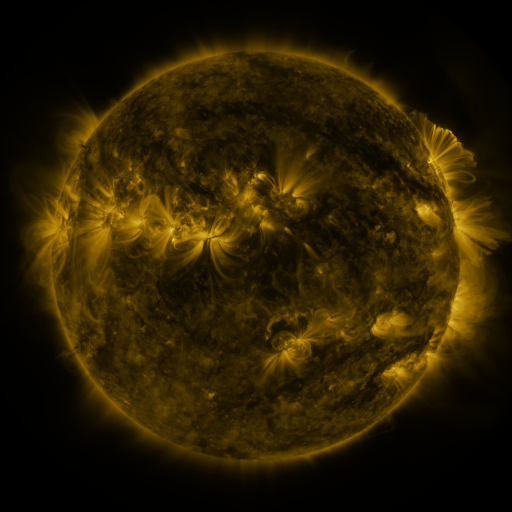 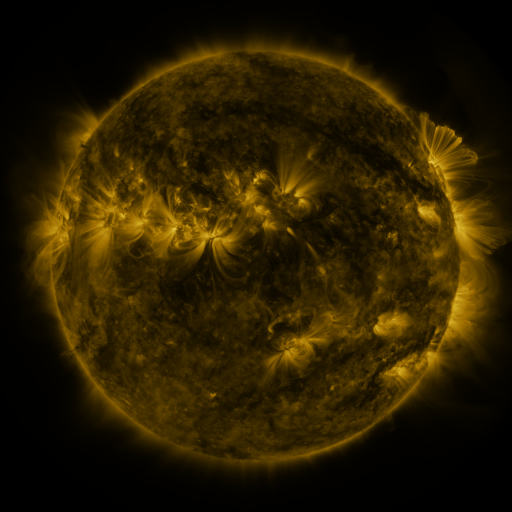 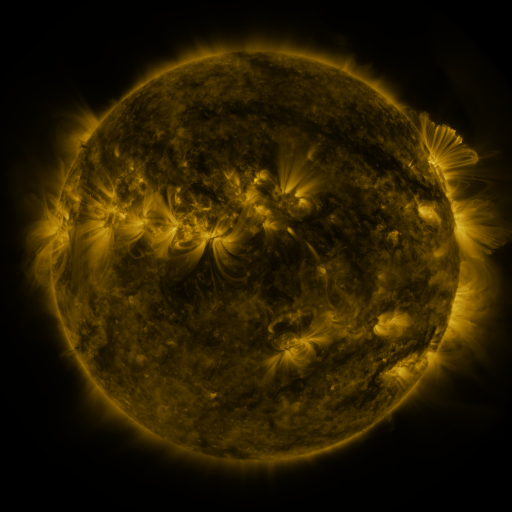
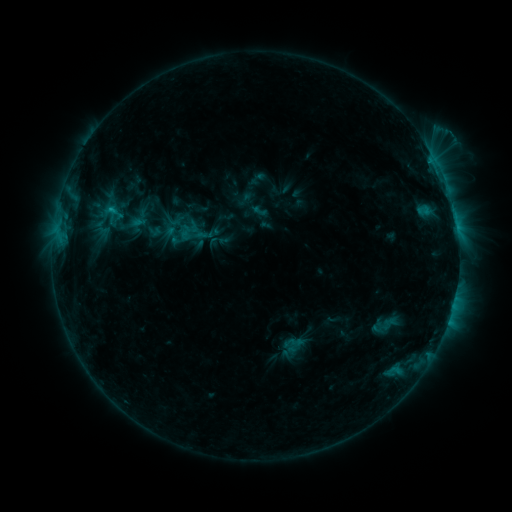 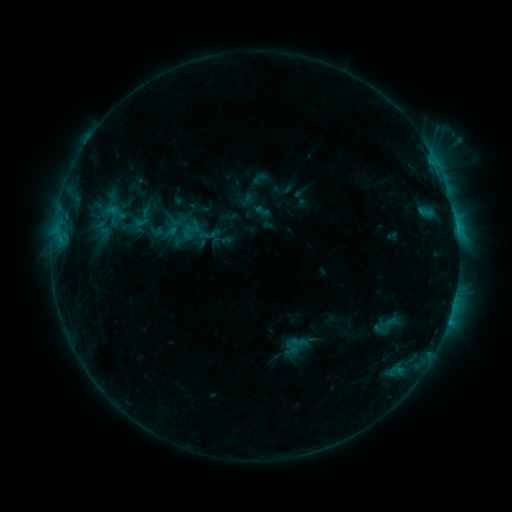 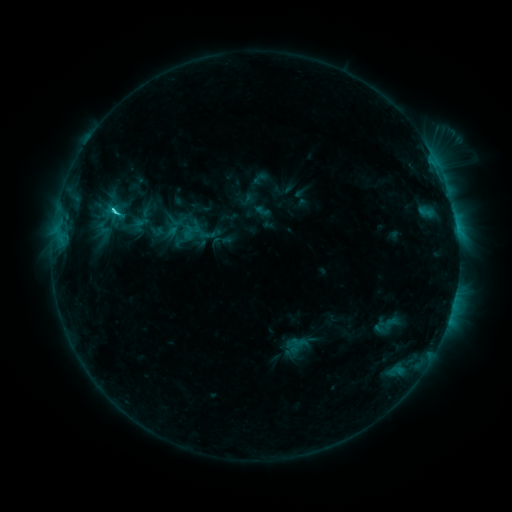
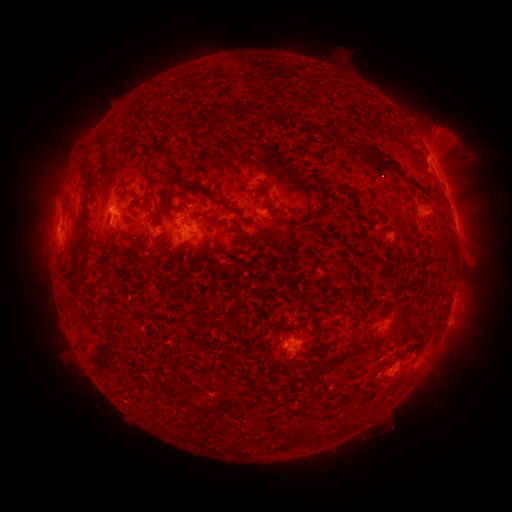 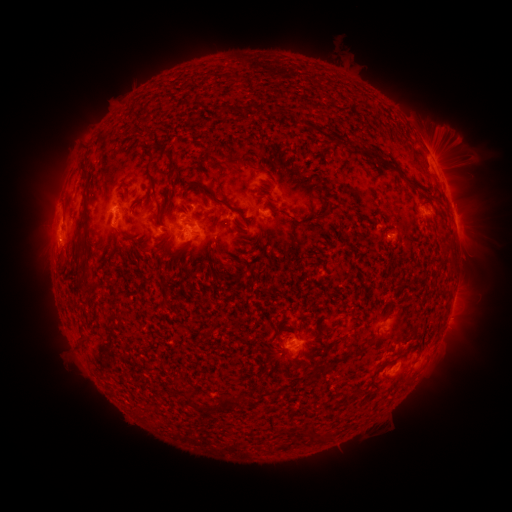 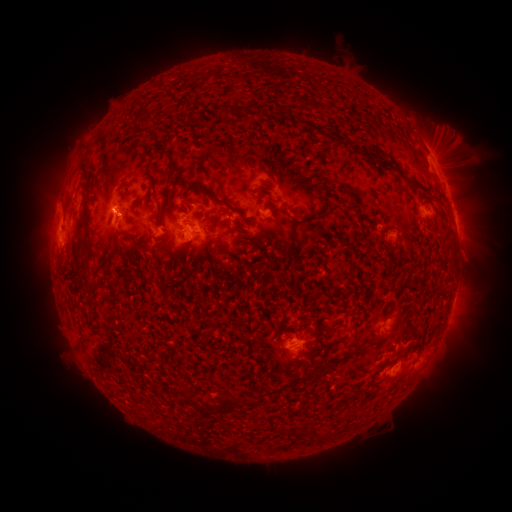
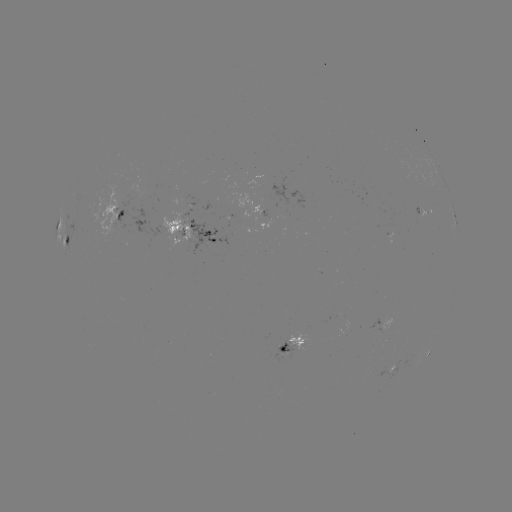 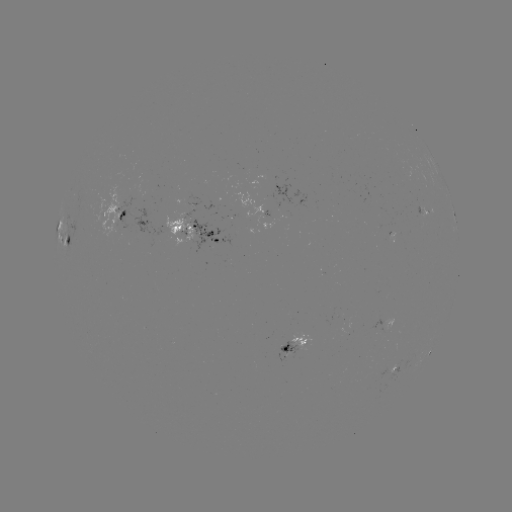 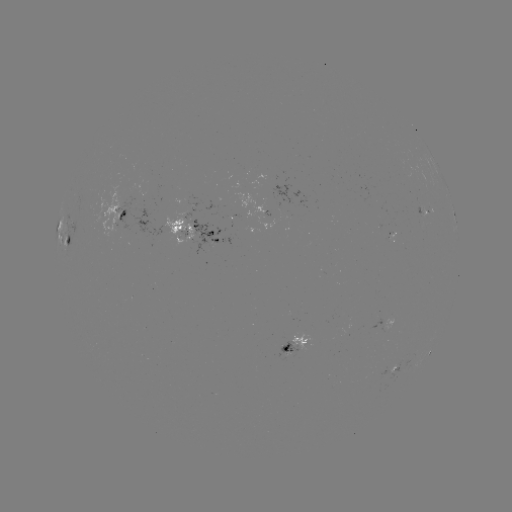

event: emerging-flux region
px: (190, 216)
